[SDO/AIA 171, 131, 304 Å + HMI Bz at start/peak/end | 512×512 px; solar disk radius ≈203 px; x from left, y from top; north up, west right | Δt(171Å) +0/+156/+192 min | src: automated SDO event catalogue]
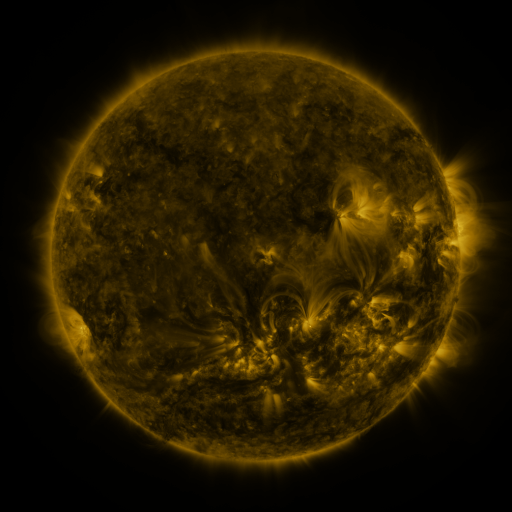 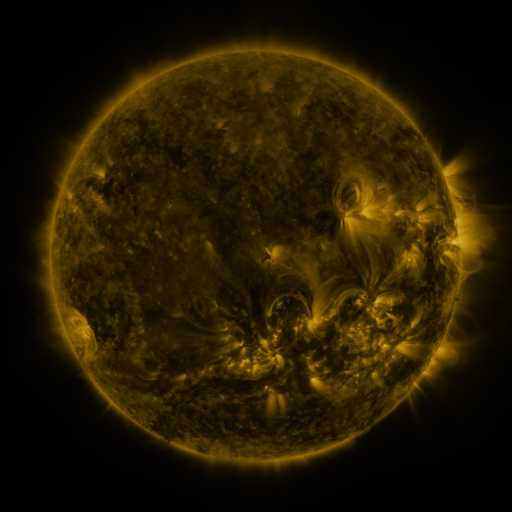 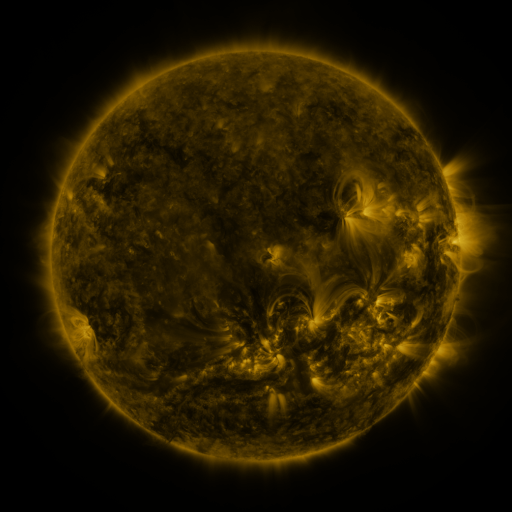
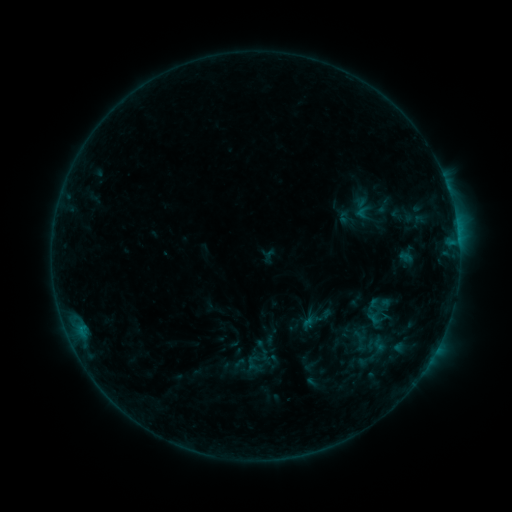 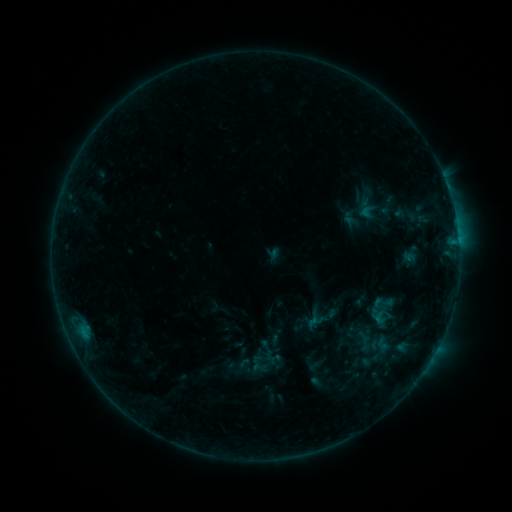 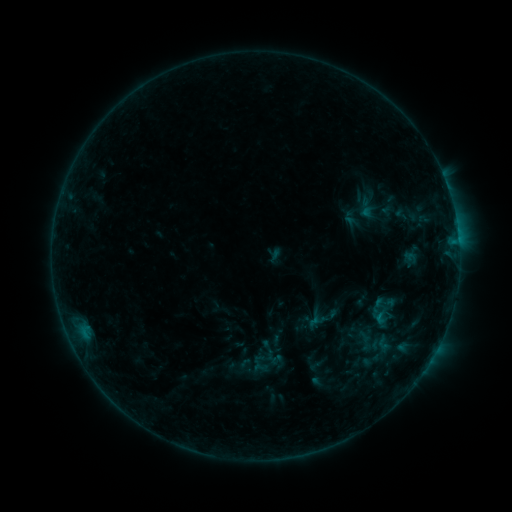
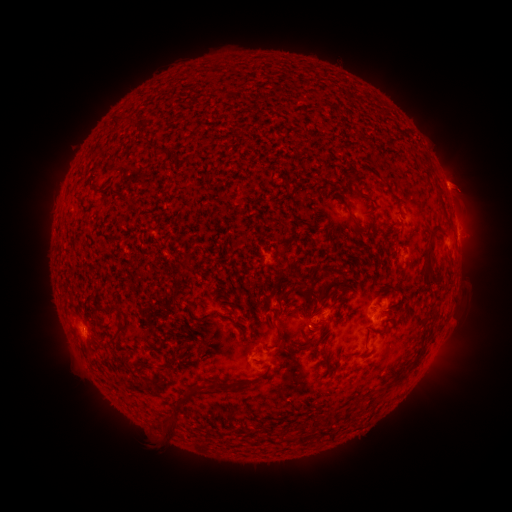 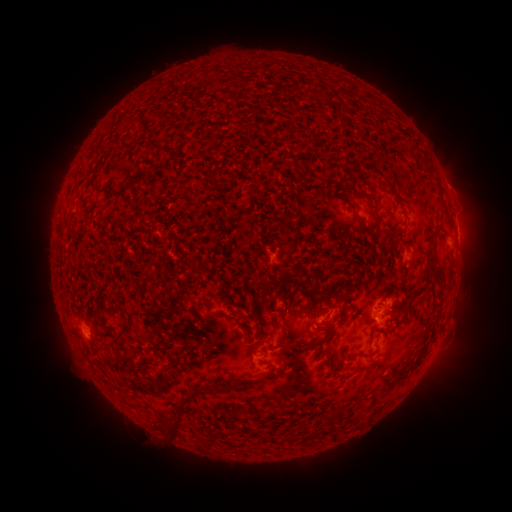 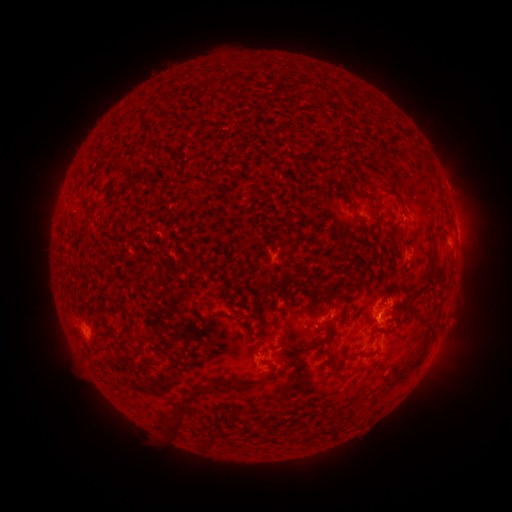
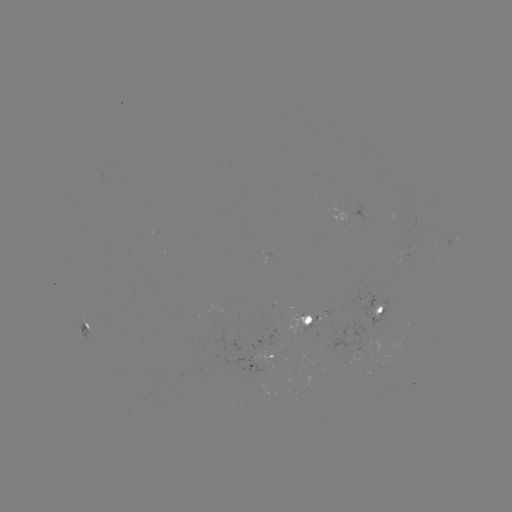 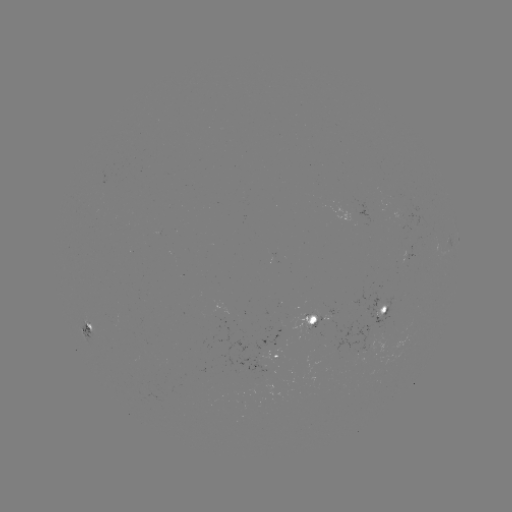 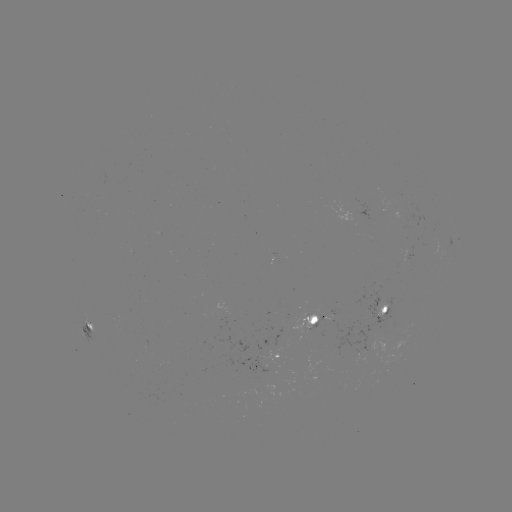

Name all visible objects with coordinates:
emerging-flux region: (356, 355)
